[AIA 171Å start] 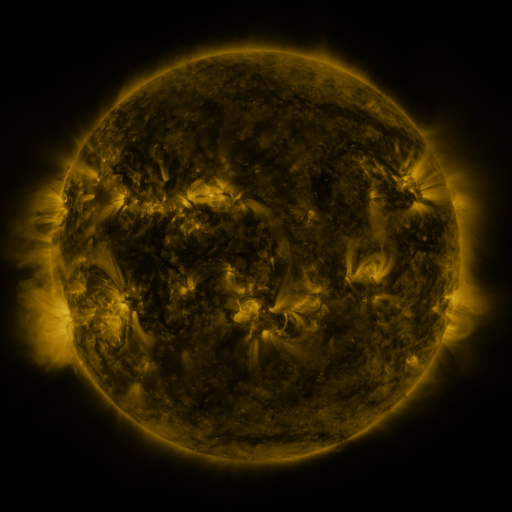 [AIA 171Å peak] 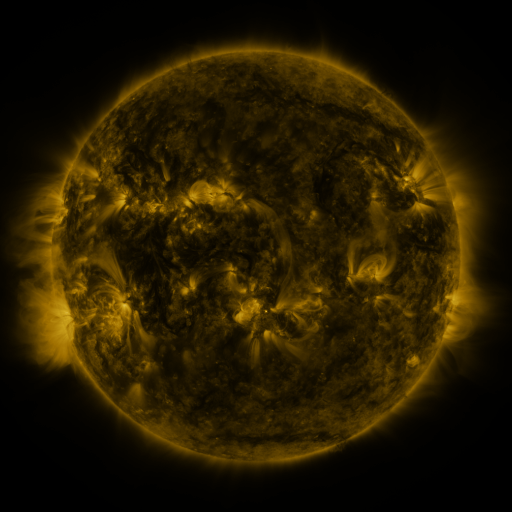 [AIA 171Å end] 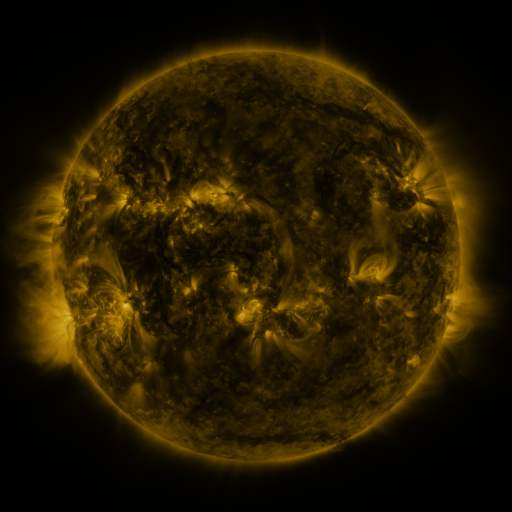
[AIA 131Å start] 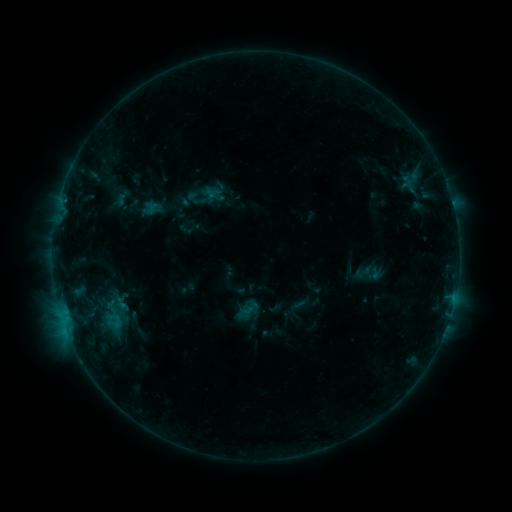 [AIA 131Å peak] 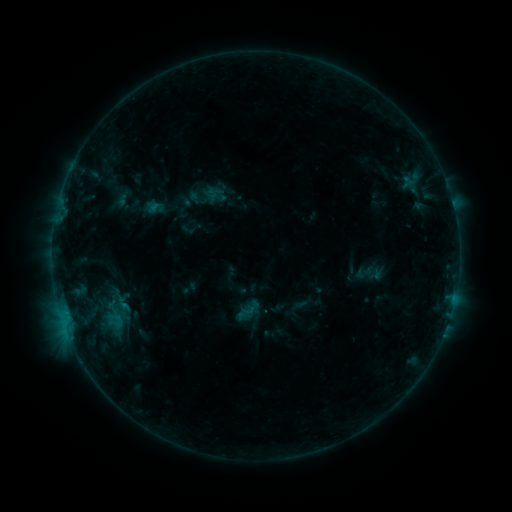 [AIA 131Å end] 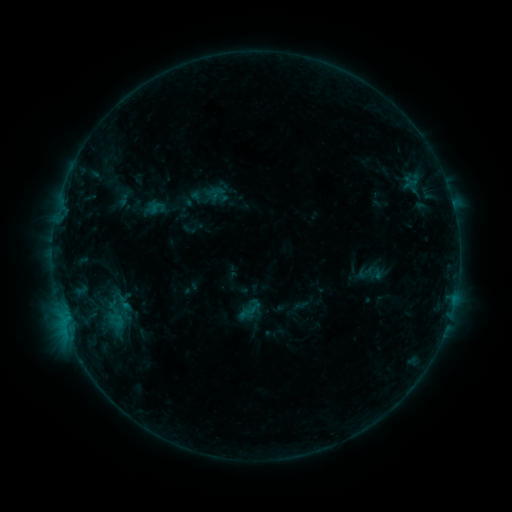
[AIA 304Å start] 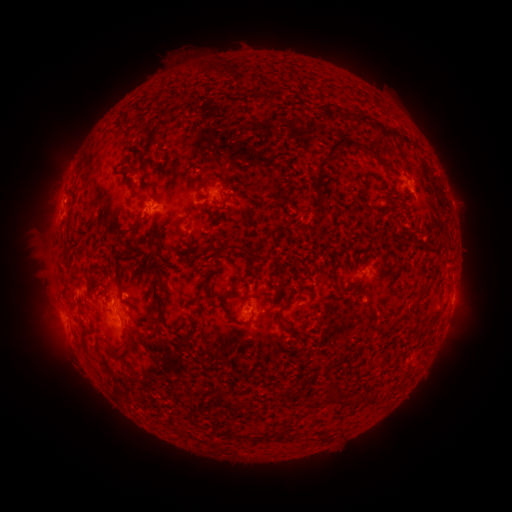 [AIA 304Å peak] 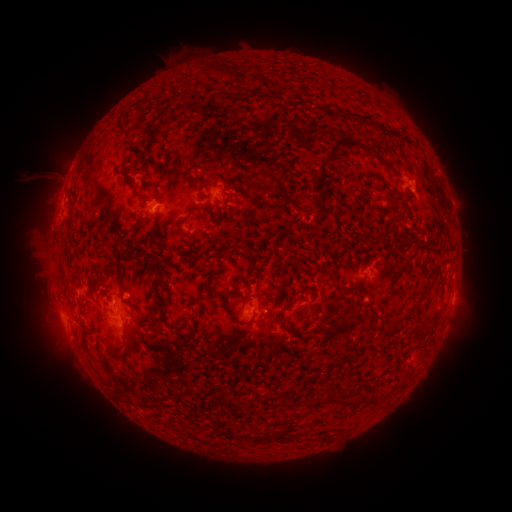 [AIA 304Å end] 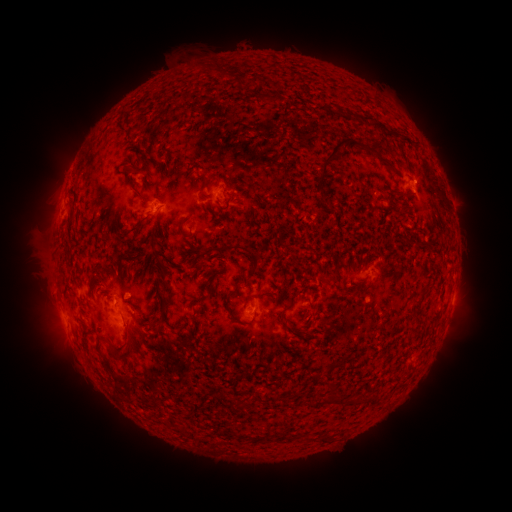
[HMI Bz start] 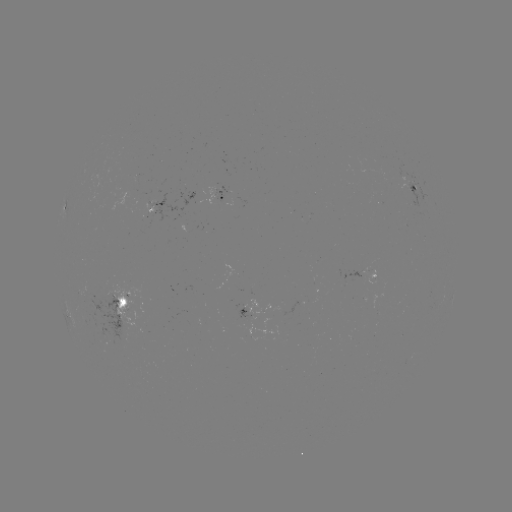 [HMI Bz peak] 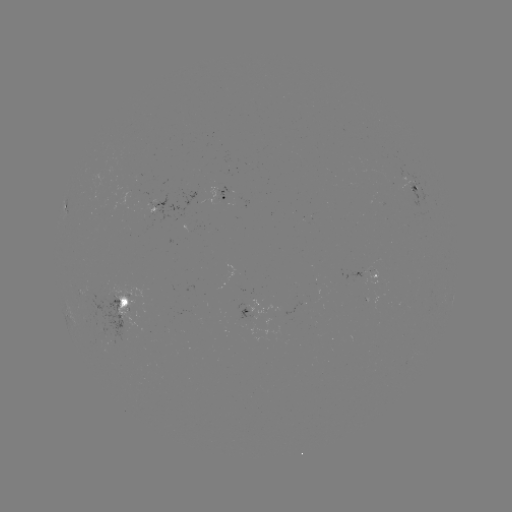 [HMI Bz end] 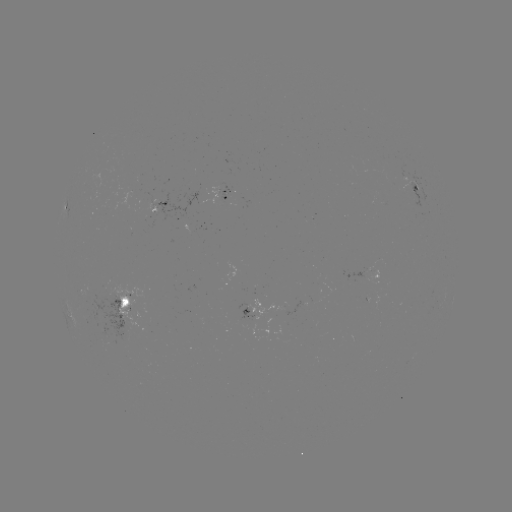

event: filament eruption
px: (52, 171)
